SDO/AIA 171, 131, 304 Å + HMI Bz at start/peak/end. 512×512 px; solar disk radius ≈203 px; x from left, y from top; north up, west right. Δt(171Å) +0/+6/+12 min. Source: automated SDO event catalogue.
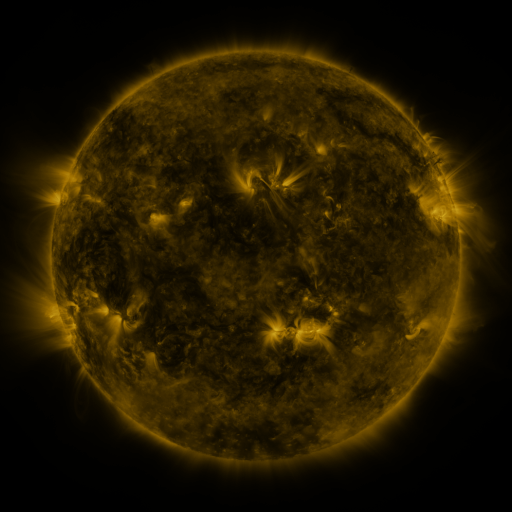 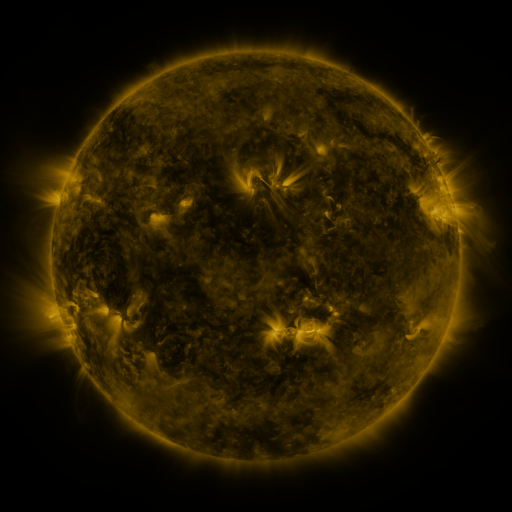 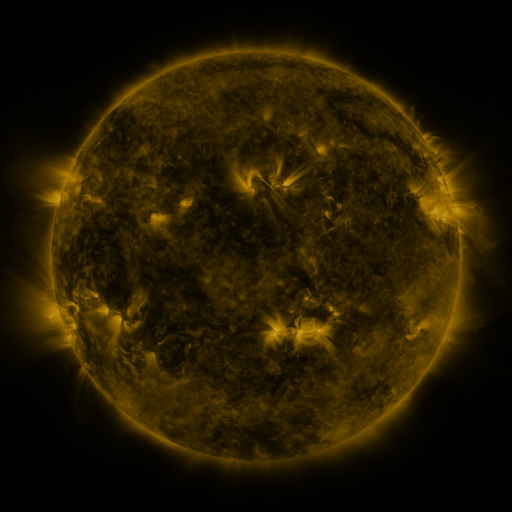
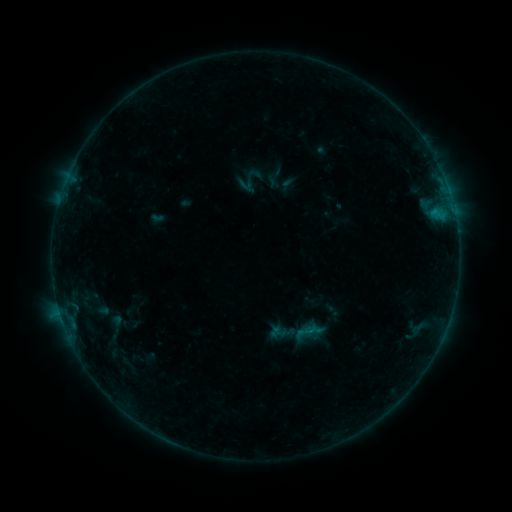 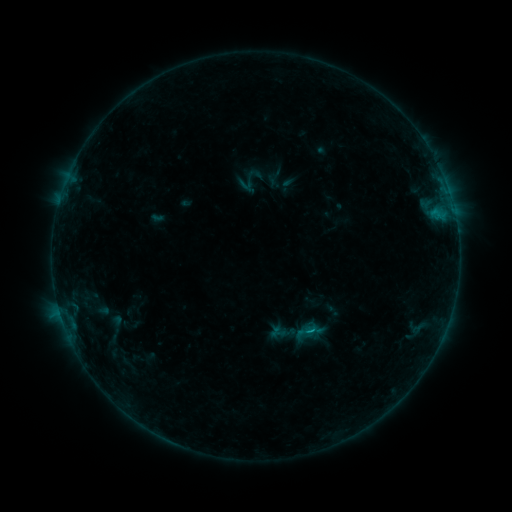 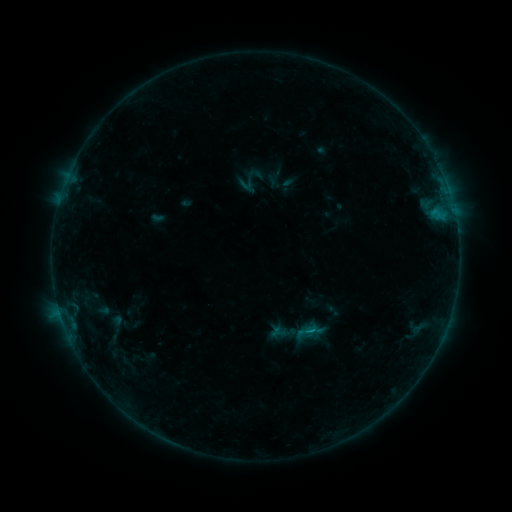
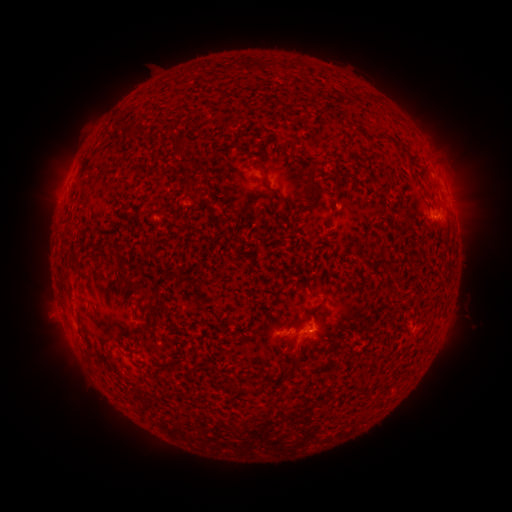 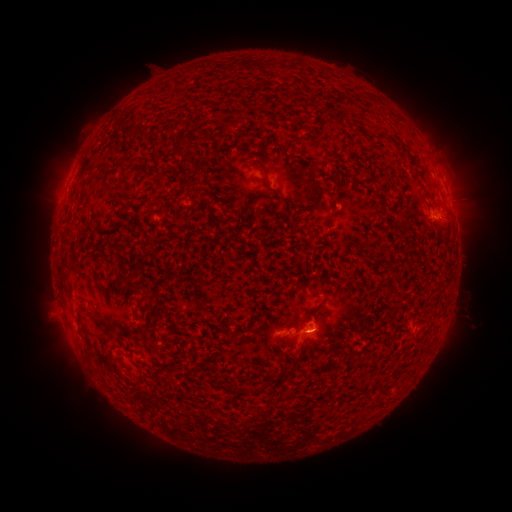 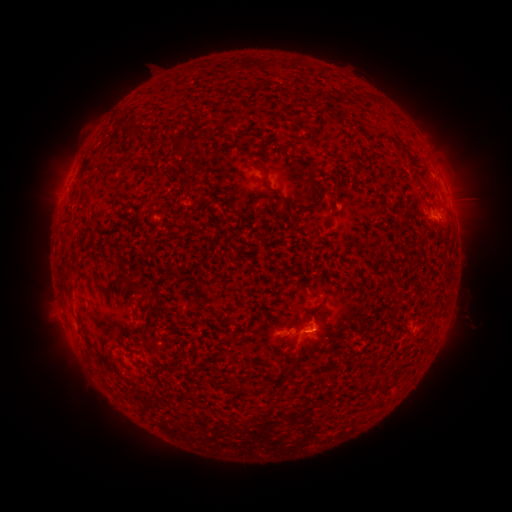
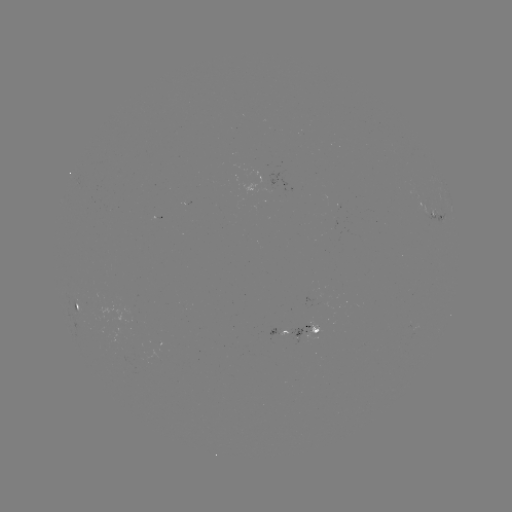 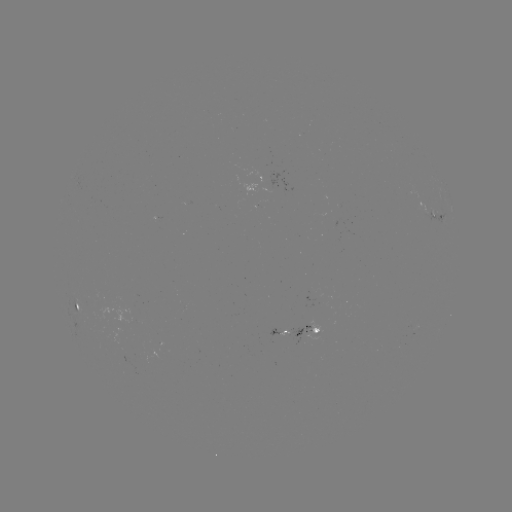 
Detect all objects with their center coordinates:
B4.1 flare: (310, 331)
